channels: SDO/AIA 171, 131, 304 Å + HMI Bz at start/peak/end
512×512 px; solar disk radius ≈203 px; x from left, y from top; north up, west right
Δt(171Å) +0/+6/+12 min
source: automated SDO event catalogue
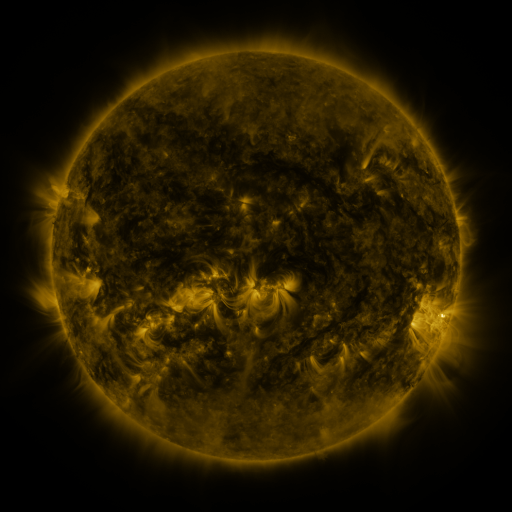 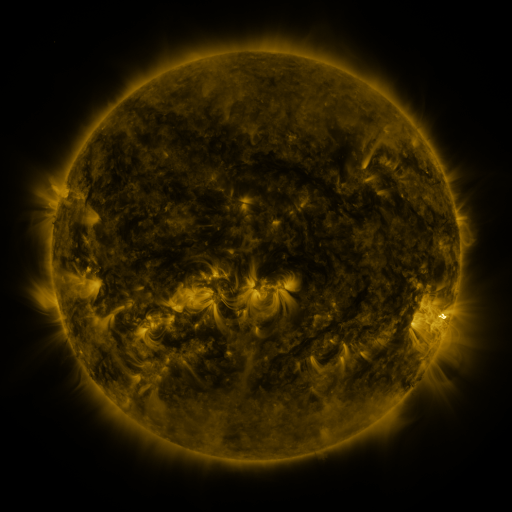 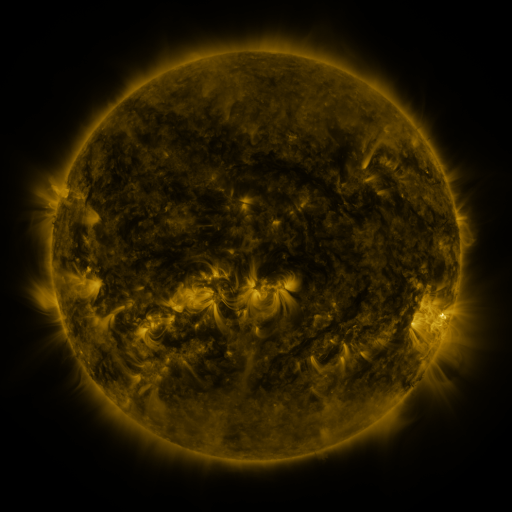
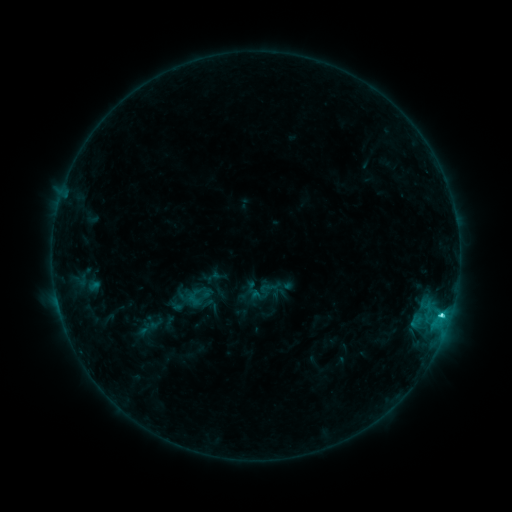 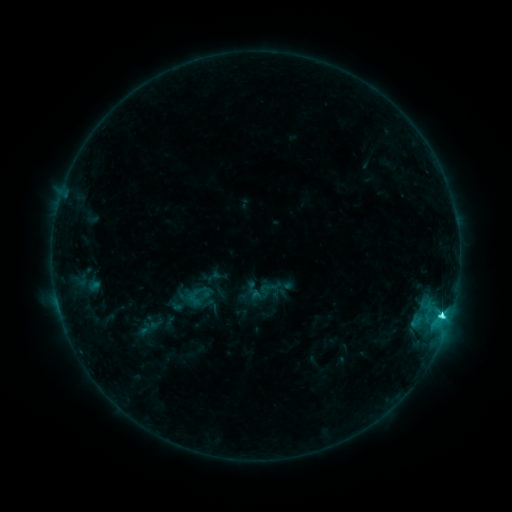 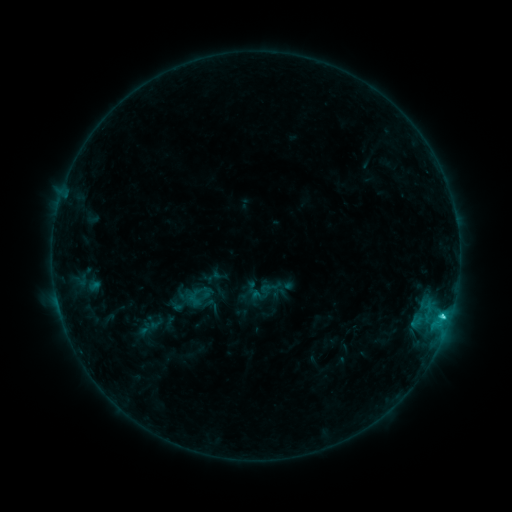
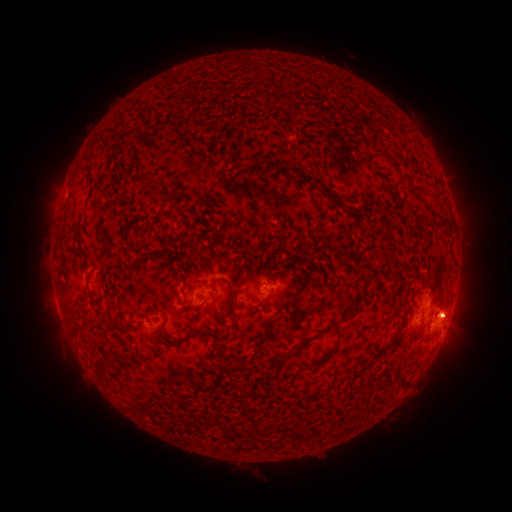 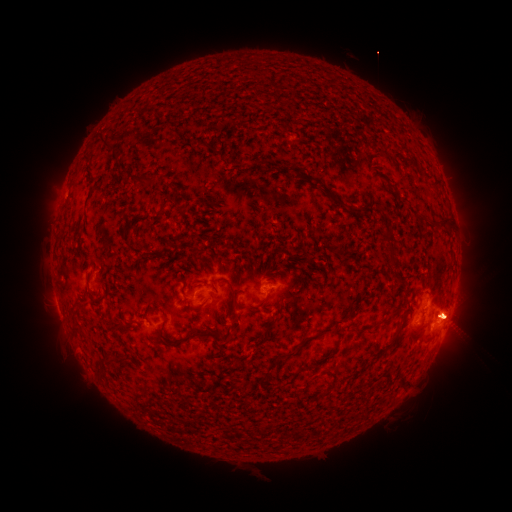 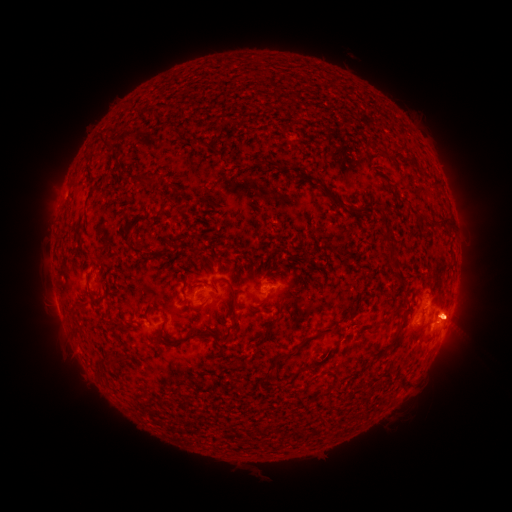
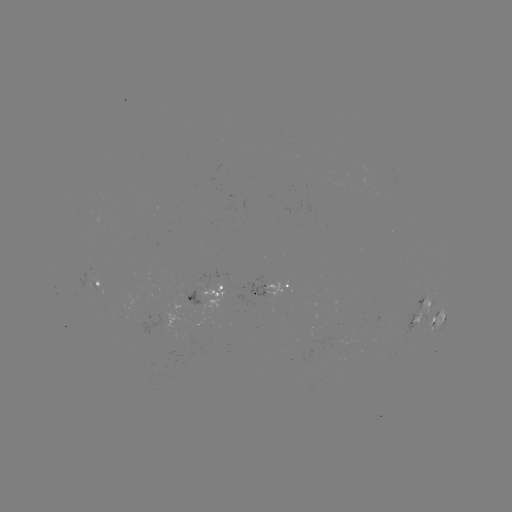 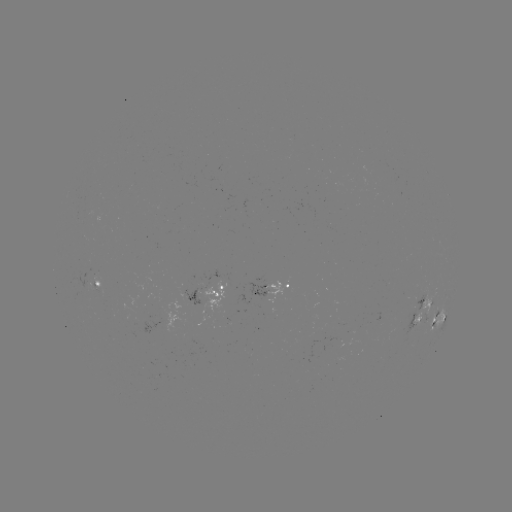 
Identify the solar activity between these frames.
eruption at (458, 318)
